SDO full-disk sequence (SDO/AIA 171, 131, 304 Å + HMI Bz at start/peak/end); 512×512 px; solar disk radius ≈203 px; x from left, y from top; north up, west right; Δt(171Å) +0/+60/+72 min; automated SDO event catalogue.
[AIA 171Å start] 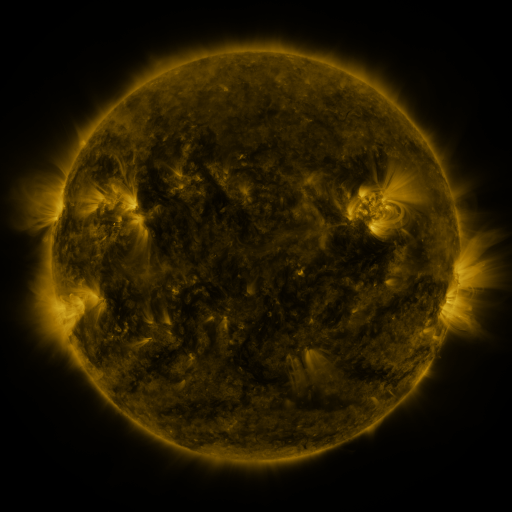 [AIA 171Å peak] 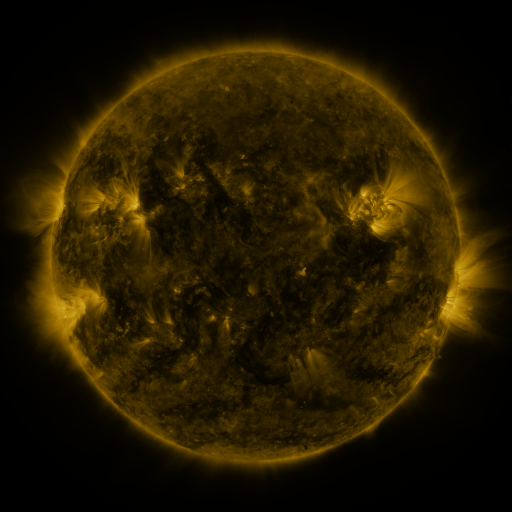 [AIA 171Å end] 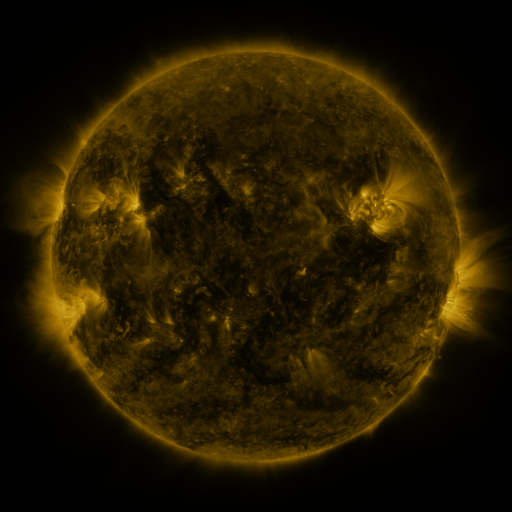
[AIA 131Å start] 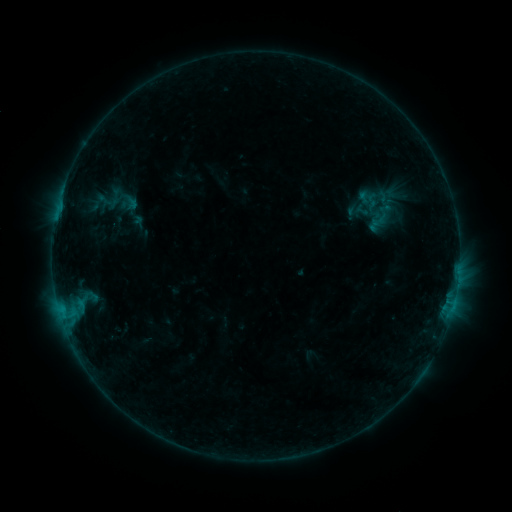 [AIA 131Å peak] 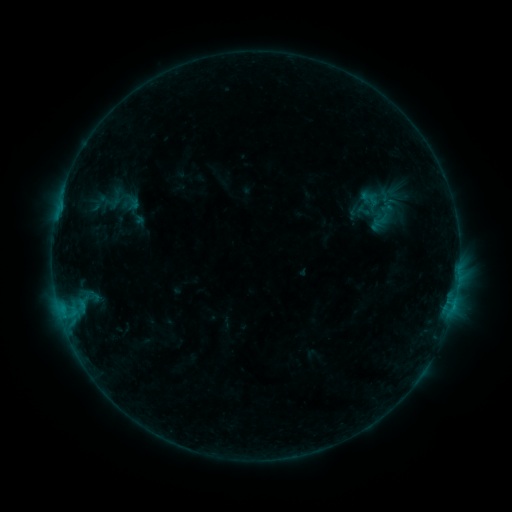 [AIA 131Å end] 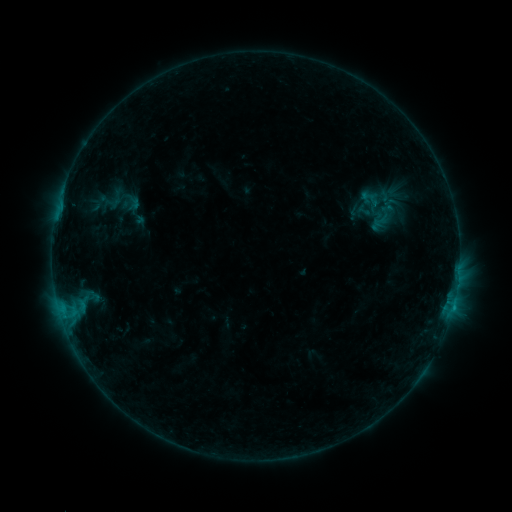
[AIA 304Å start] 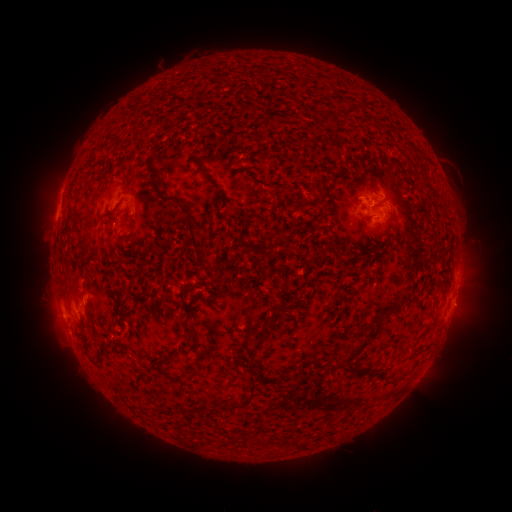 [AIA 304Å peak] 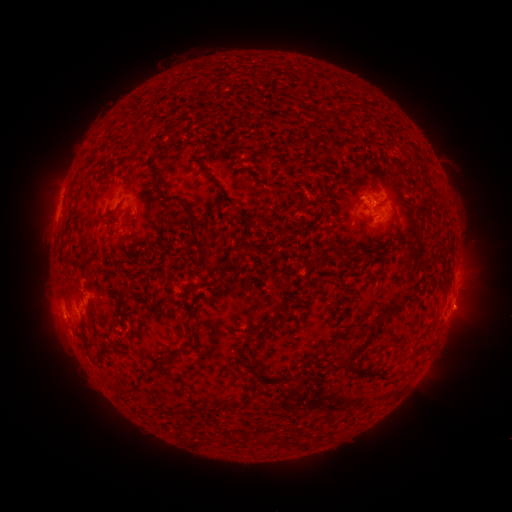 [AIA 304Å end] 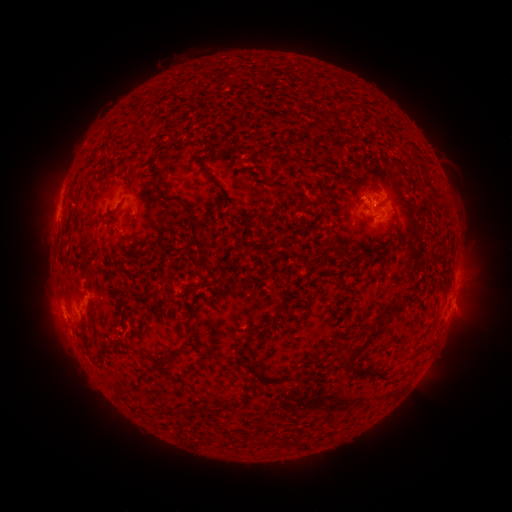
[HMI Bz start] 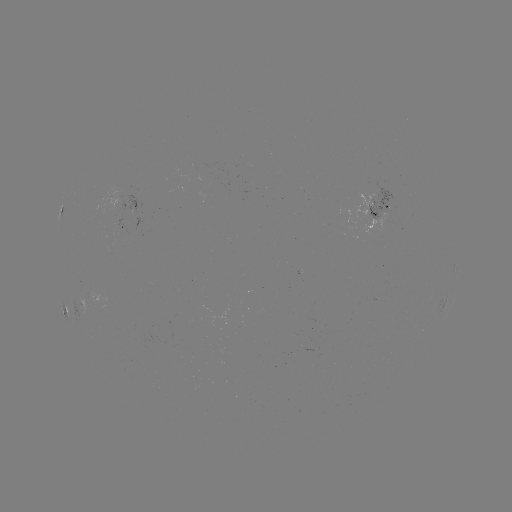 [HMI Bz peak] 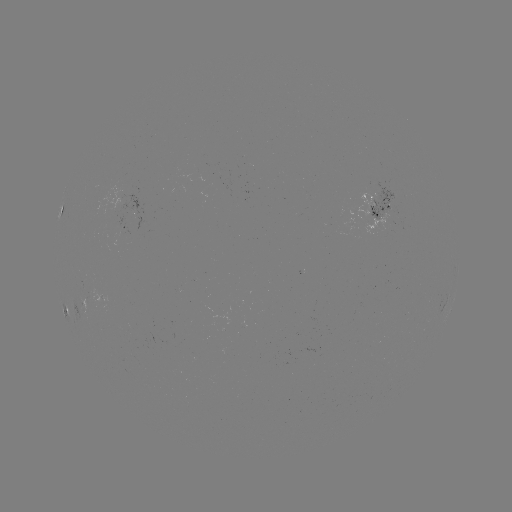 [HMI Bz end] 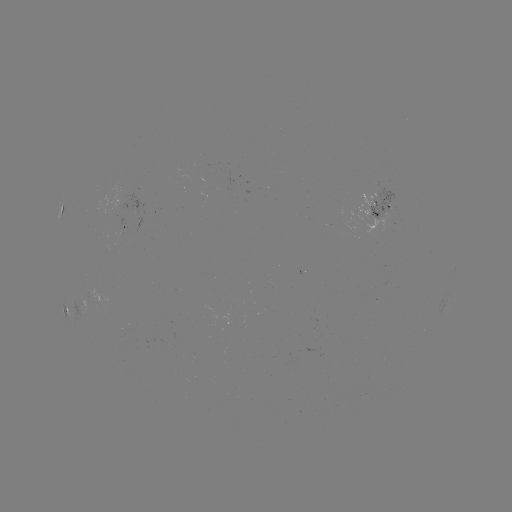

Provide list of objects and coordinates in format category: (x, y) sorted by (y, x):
emerging-flux region: (119, 239)
